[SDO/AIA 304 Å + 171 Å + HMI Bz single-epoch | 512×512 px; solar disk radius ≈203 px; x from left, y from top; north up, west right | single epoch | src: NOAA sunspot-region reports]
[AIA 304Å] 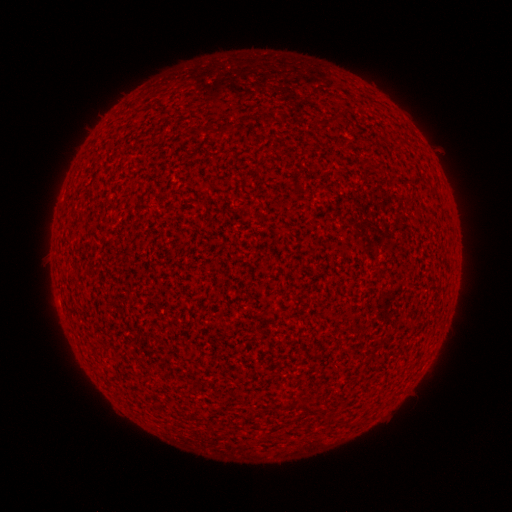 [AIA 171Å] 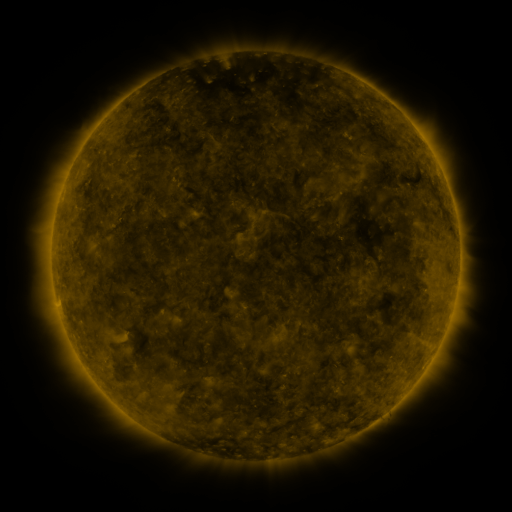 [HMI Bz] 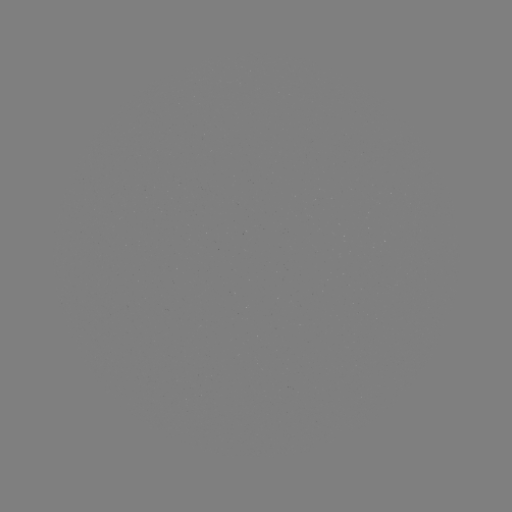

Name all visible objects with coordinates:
(none)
